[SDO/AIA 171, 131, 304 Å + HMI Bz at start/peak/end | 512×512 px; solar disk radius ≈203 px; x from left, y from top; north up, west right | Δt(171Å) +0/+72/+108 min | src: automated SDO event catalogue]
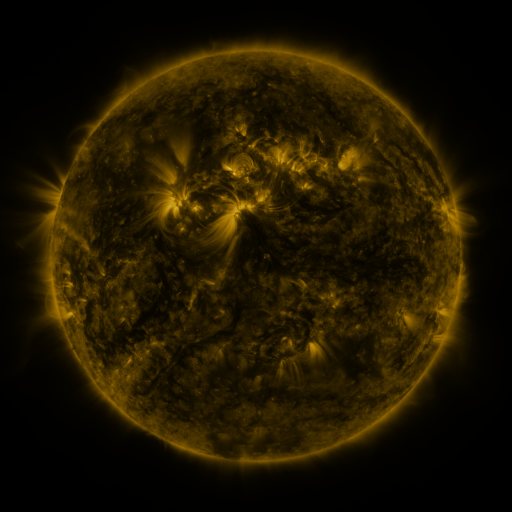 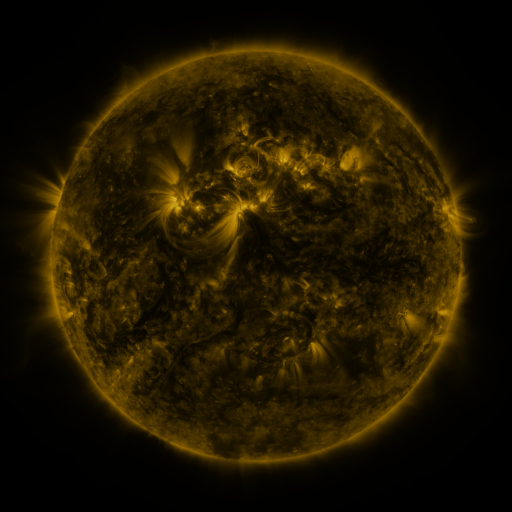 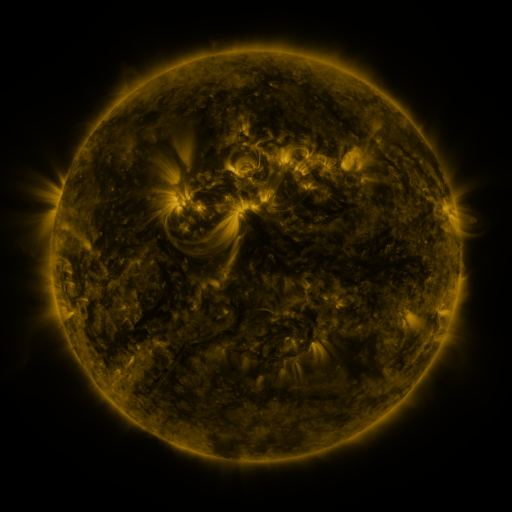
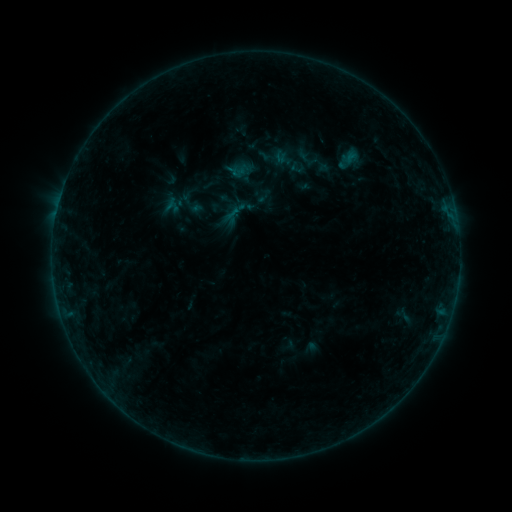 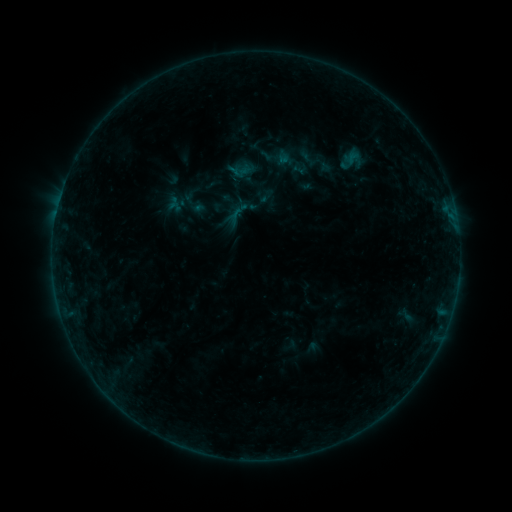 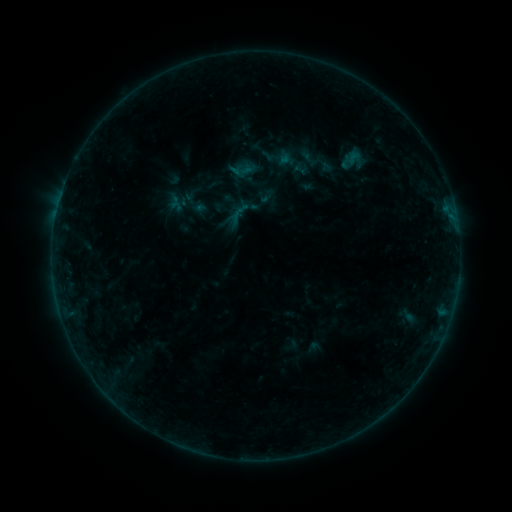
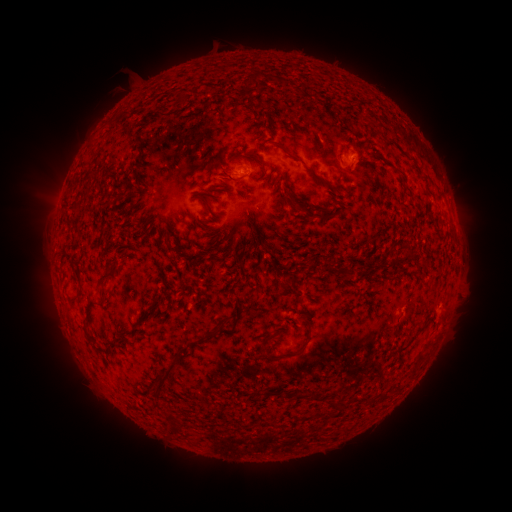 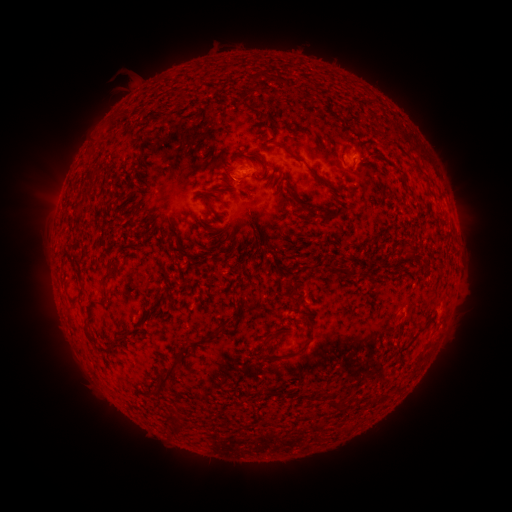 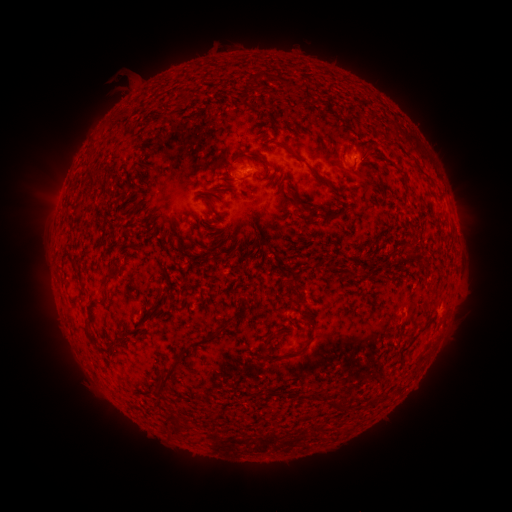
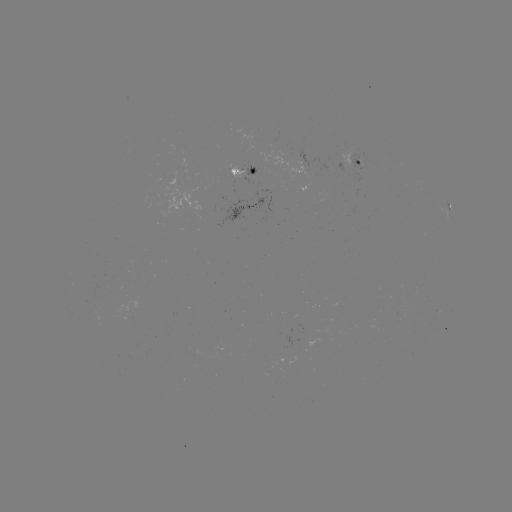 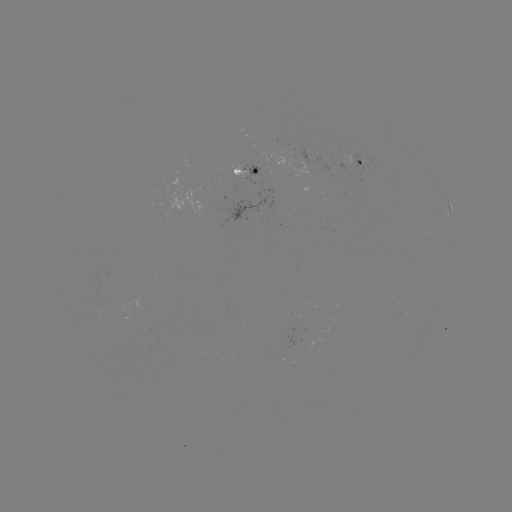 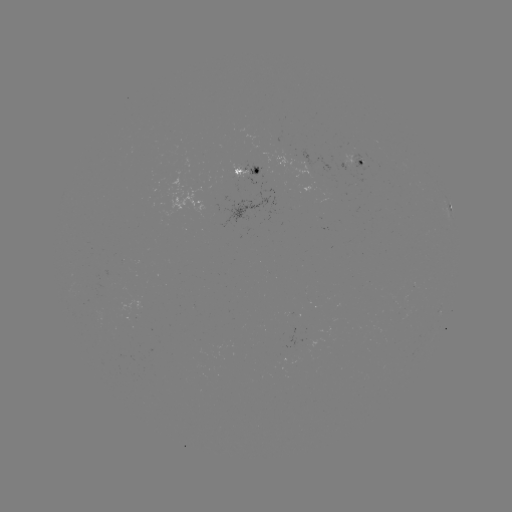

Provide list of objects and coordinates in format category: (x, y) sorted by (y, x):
emerging-flux region: (241, 167)
